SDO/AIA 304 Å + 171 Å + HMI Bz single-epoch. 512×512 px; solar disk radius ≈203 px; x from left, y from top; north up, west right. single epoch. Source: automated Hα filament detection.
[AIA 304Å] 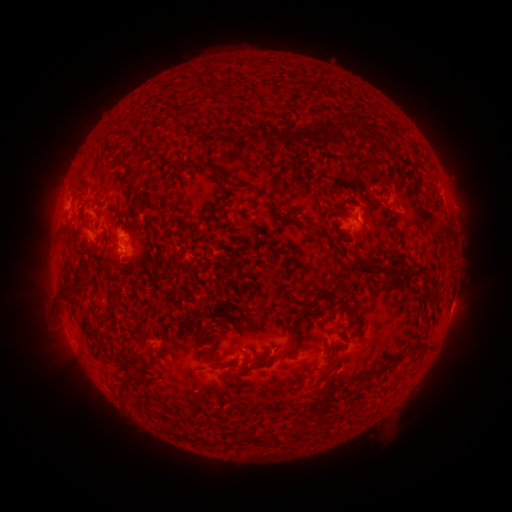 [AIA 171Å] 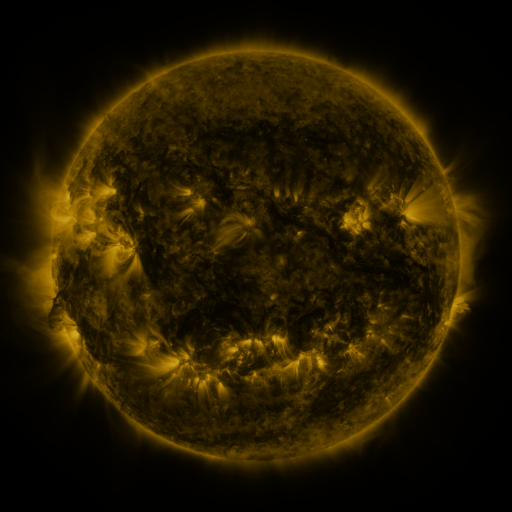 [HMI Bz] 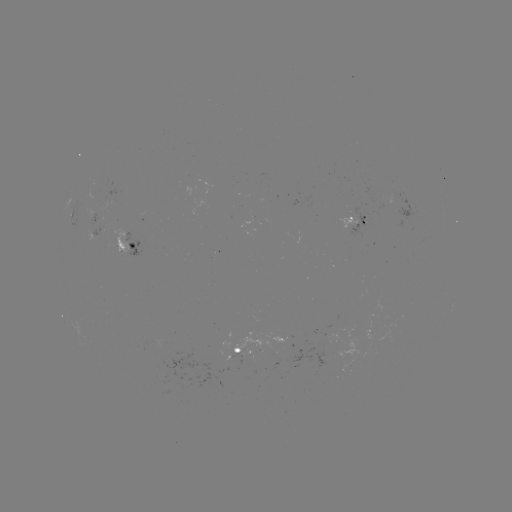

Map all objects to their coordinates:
filament: <bbox>275, 130, 320, 145</bbox>
filament: <bbox>323, 131, 333, 142</bbox>
filament: <bbox>133, 147, 145, 154</bbox>
filament: <bbox>201, 159, 261, 193</bbox>
filament: <bbox>129, 177, 140, 188</bbox>
filament: <bbox>271, 201, 294, 220</bbox>
filament: <bbox>332, 244, 349, 262</bbox>
filament: <bbox>400, 269, 427, 279</bbox>
filament: <bbox>297, 290, 332, 317</bbox>
filament: <bbox>329, 293, 353, 321</bbox>
filament: <bbox>281, 346, 290, 357</bbox>
filament: <bbox>394, 354, 402, 363</bbox>
filament: <bbox>208, 356, 238, 367</bbox>
filament: <bbox>321, 386, 332, 401</bbox>
filament: <bbox>116, 387, 123, 397</bbox>
filament: <bbox>242, 432, 262, 445</bbox>
filament: <bbox>271, 434, 280, 445</bbox>
